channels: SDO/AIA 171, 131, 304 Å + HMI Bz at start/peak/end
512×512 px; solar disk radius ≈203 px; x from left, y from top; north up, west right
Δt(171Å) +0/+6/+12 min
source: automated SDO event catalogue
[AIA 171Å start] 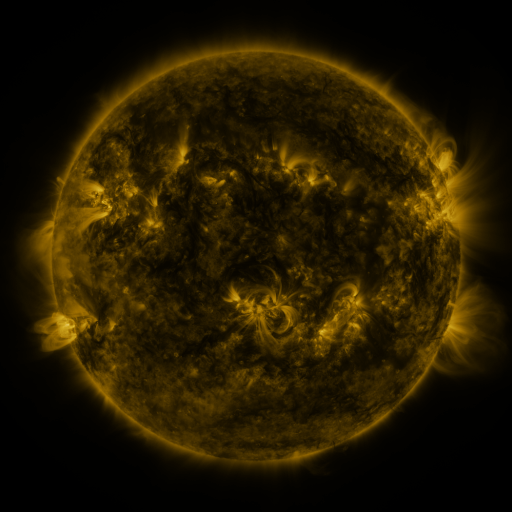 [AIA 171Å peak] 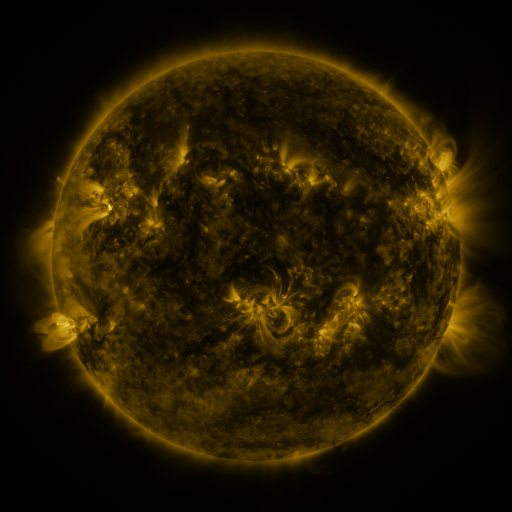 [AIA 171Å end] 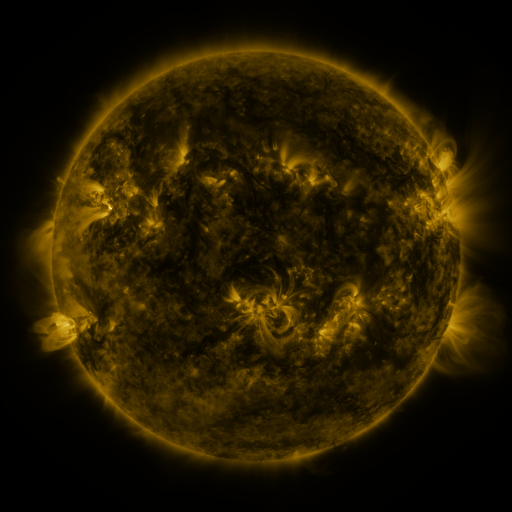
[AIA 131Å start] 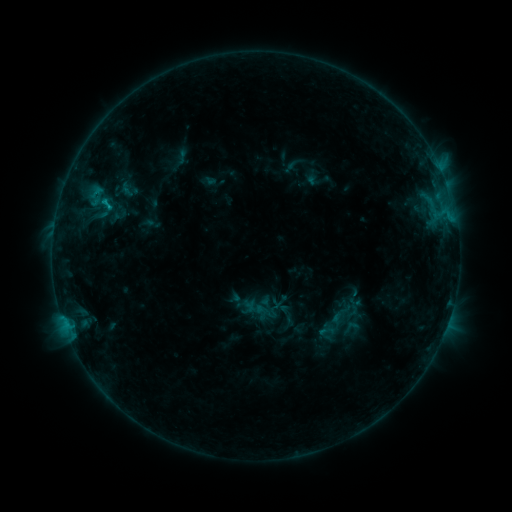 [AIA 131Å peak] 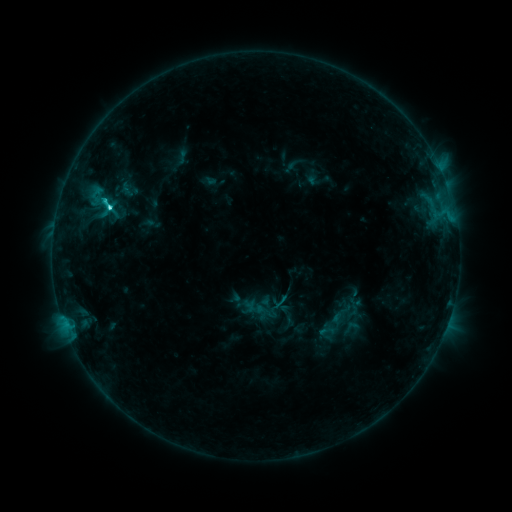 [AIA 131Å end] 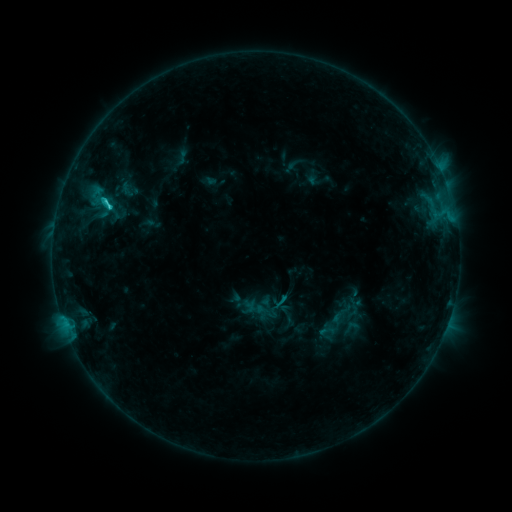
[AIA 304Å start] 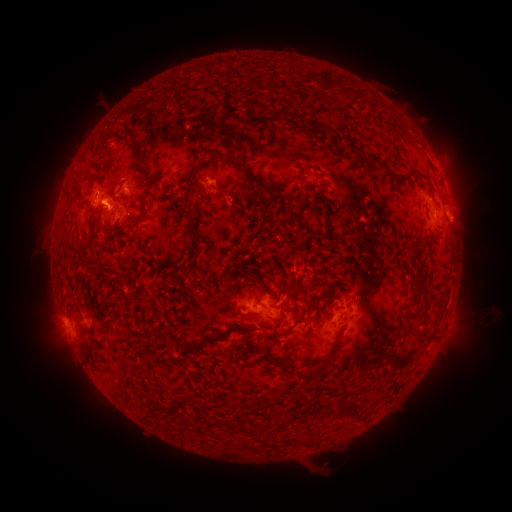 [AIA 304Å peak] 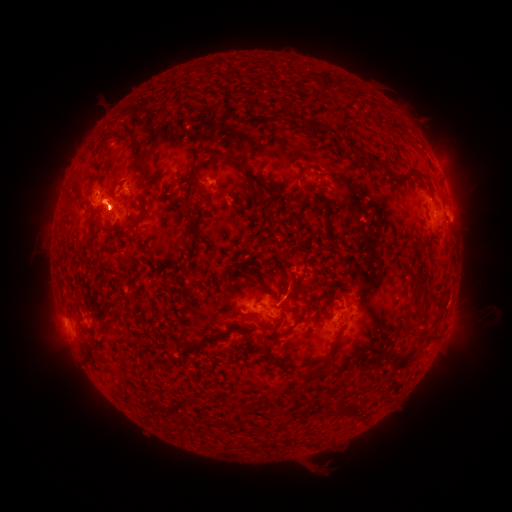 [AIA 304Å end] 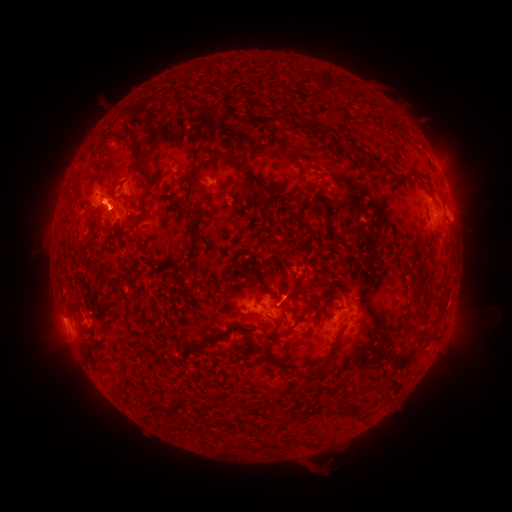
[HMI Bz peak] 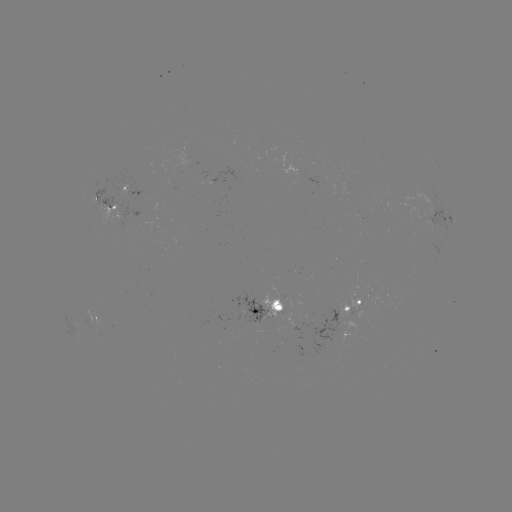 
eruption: <bbox>27, 291, 95, 385</bbox>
